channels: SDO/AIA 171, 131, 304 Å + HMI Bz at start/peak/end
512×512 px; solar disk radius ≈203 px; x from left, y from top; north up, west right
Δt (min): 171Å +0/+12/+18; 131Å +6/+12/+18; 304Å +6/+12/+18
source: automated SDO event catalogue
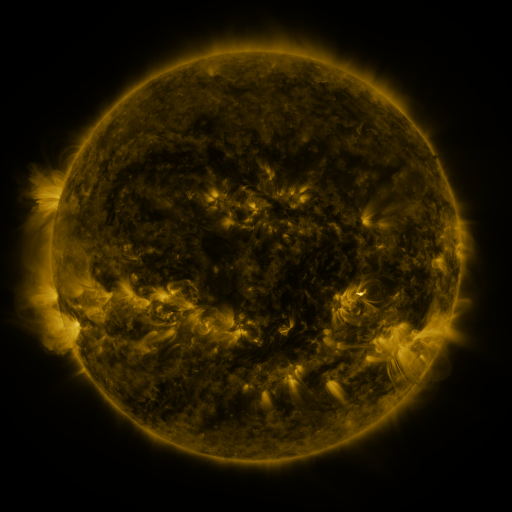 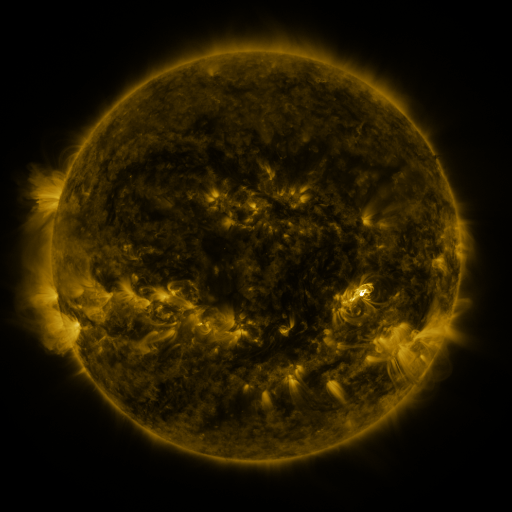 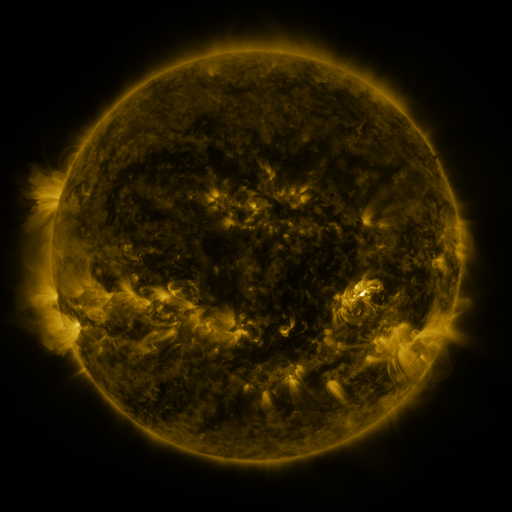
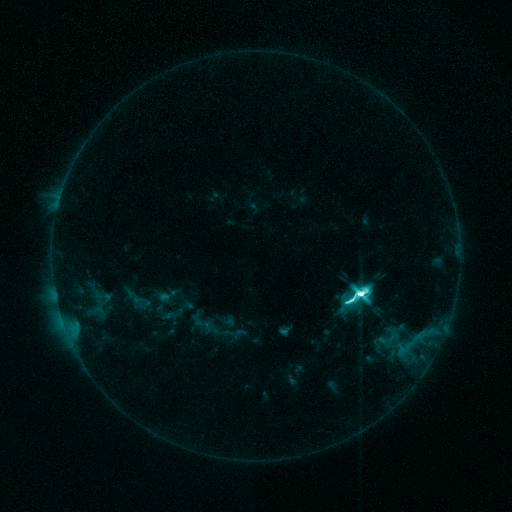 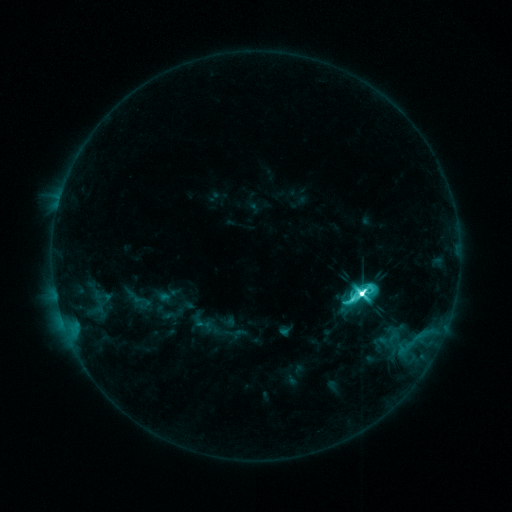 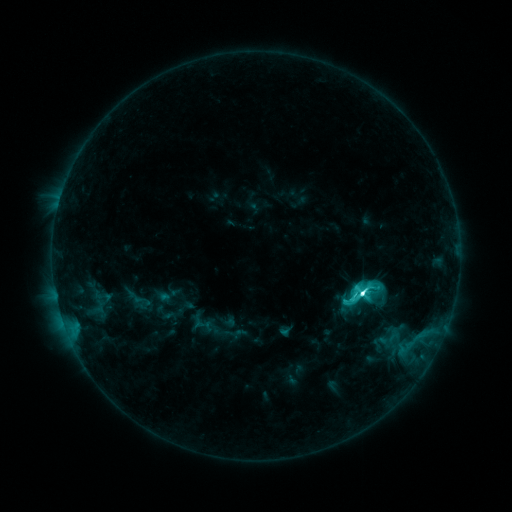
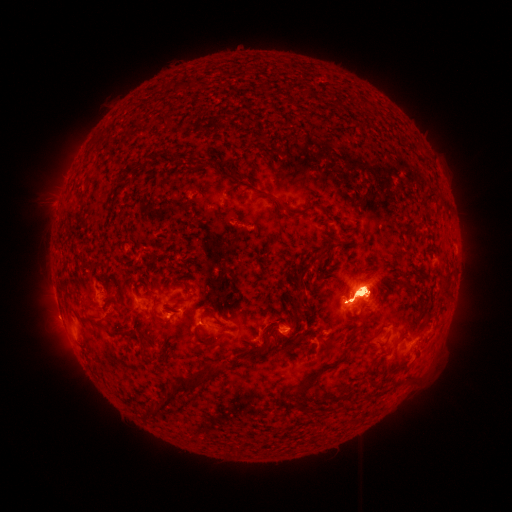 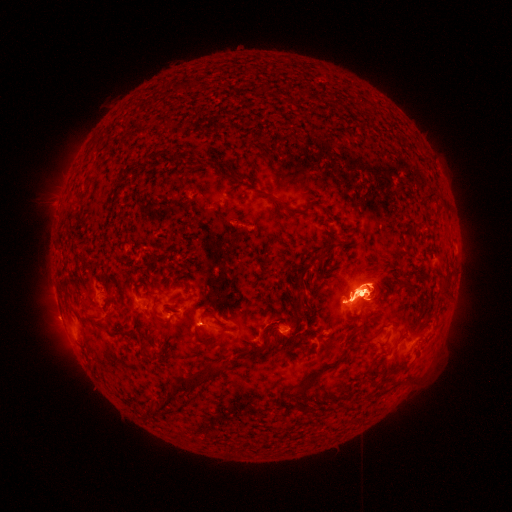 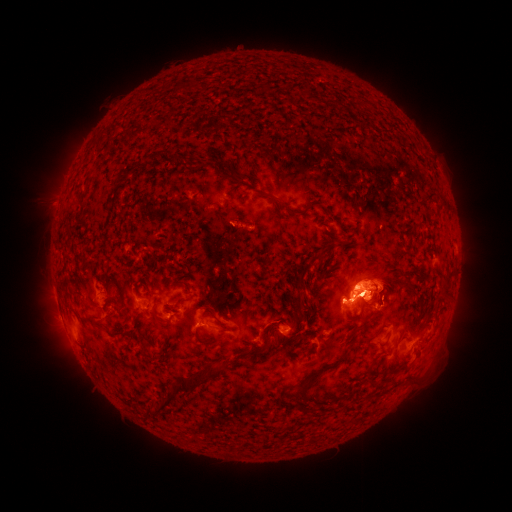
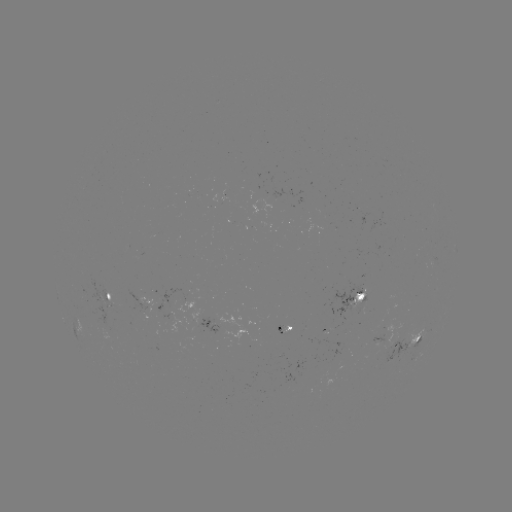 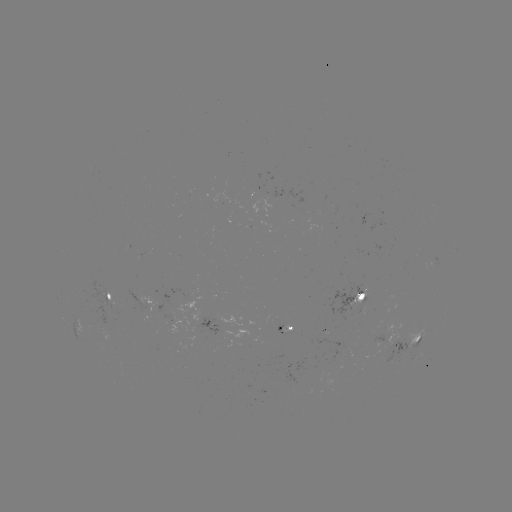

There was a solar eruption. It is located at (368, 162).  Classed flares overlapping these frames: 1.